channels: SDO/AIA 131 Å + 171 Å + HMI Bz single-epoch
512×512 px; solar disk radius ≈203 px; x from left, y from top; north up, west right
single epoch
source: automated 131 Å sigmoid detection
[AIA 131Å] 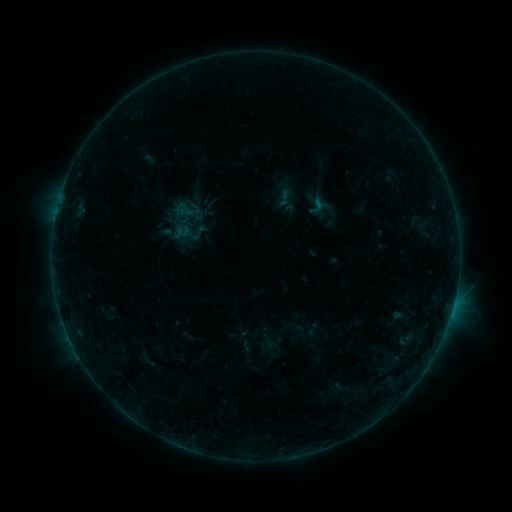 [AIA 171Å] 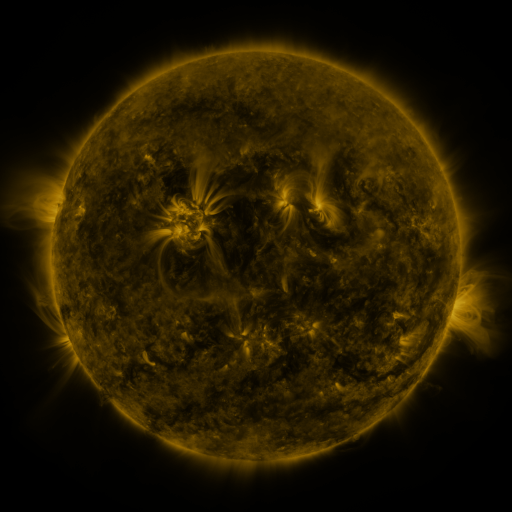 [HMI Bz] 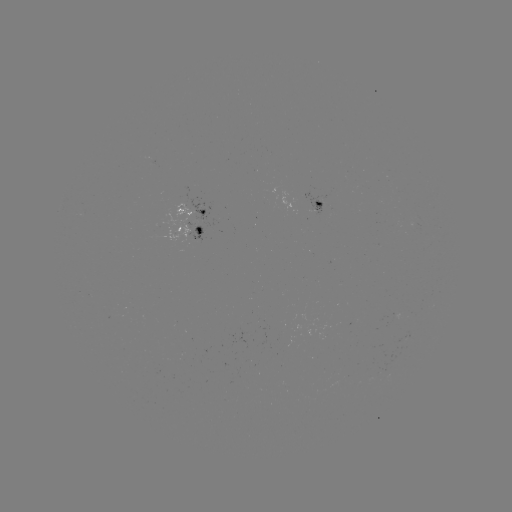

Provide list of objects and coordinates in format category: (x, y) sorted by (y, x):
sigmoid: (316, 206)
sigmoid: (199, 233)
